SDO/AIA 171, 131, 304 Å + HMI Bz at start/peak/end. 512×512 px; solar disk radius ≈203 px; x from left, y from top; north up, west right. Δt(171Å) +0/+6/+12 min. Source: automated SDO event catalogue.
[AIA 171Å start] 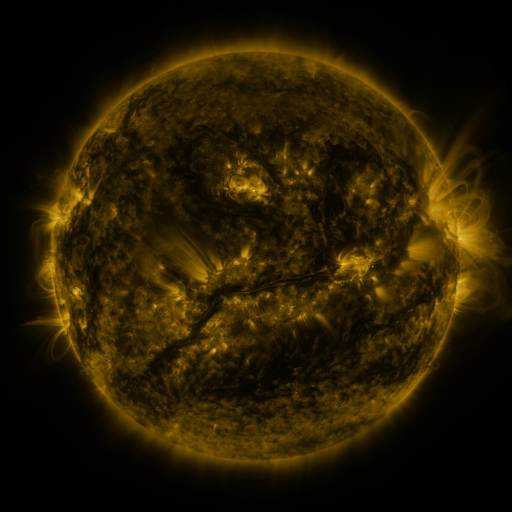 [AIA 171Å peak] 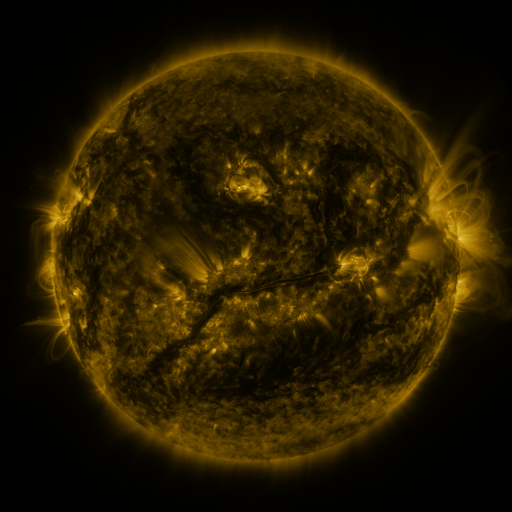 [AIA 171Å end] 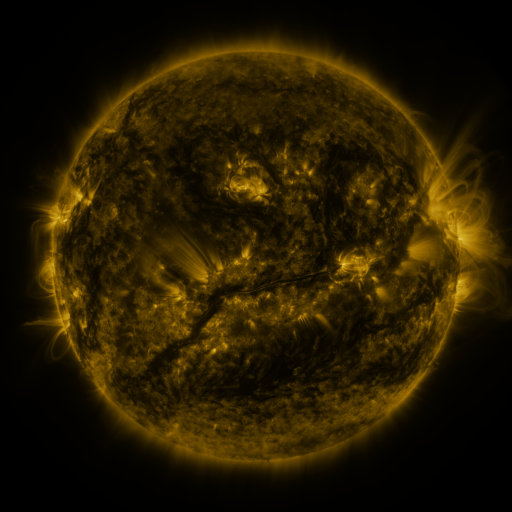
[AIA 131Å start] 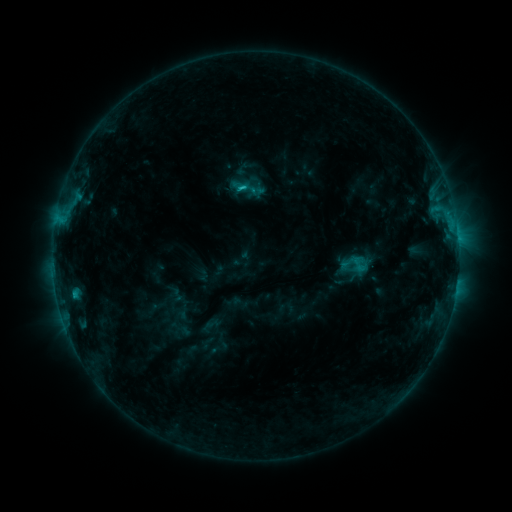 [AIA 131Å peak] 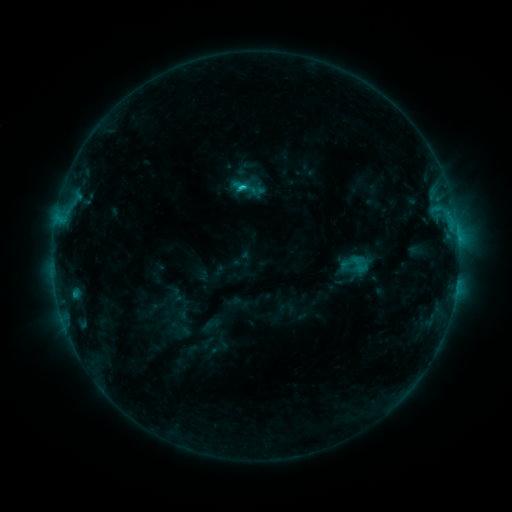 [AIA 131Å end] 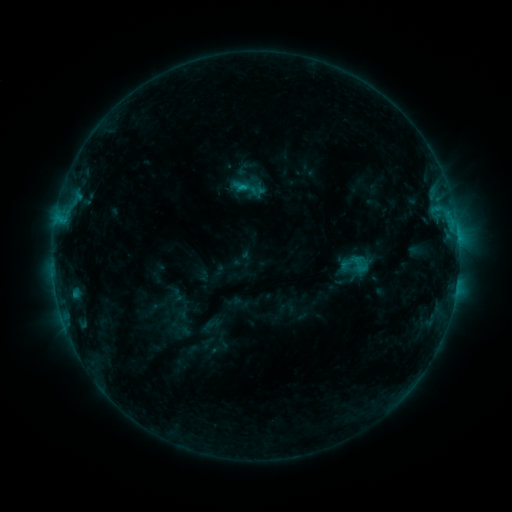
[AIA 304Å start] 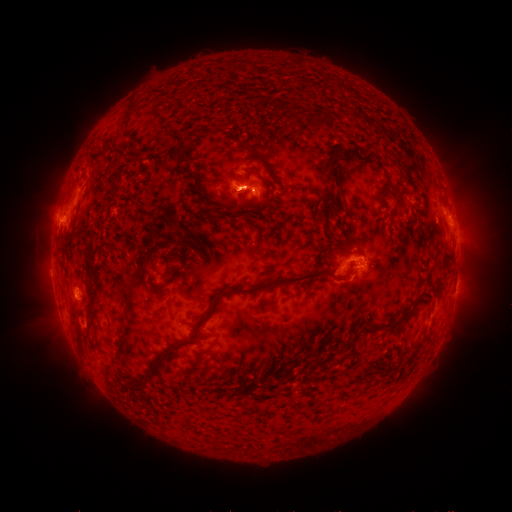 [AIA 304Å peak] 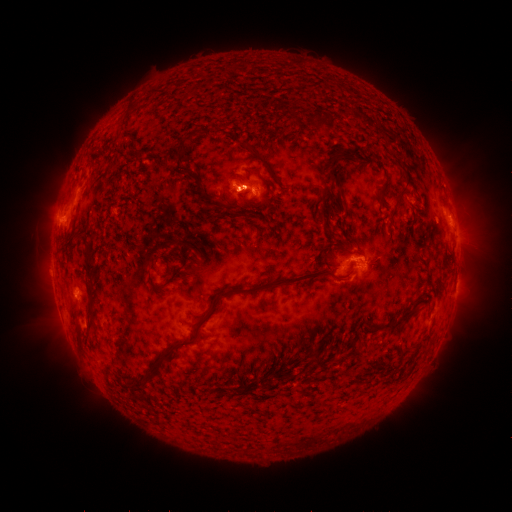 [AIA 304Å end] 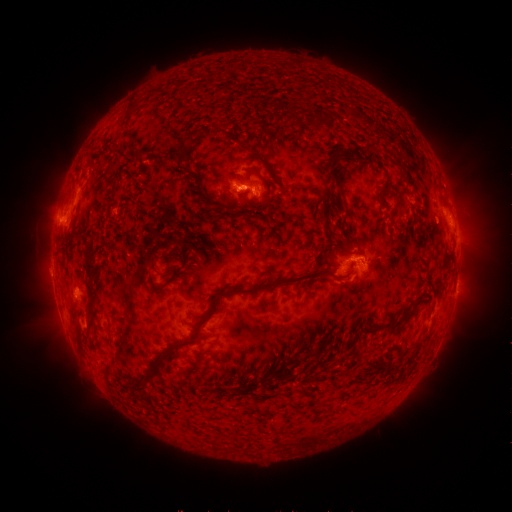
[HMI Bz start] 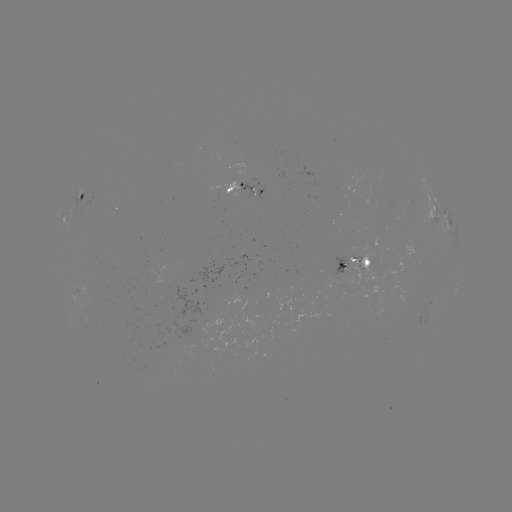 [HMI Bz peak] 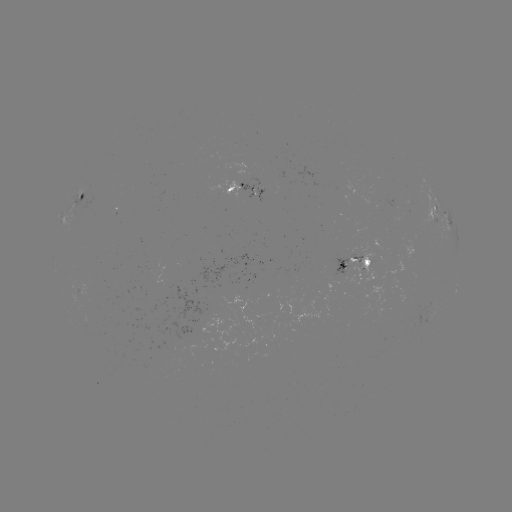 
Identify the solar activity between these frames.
C1.7 flare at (242, 187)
